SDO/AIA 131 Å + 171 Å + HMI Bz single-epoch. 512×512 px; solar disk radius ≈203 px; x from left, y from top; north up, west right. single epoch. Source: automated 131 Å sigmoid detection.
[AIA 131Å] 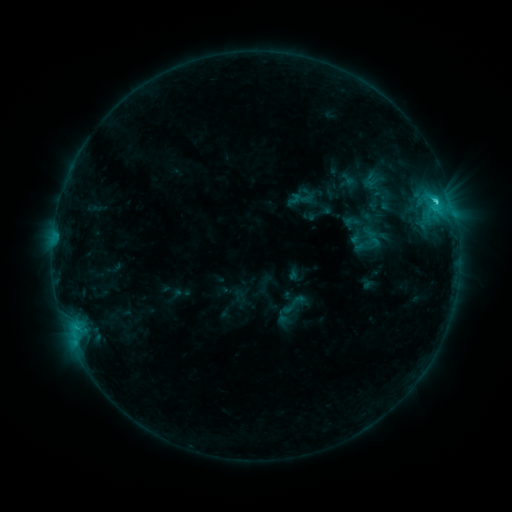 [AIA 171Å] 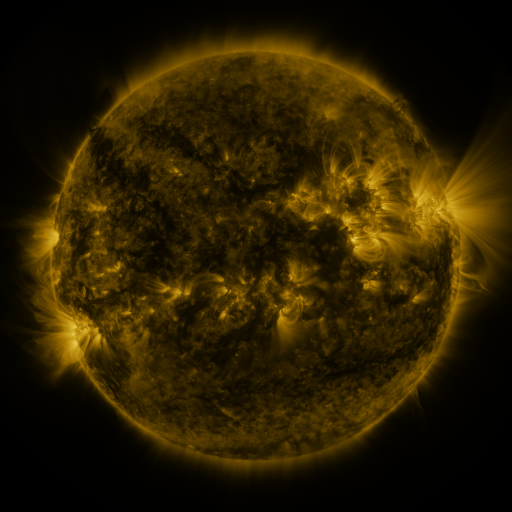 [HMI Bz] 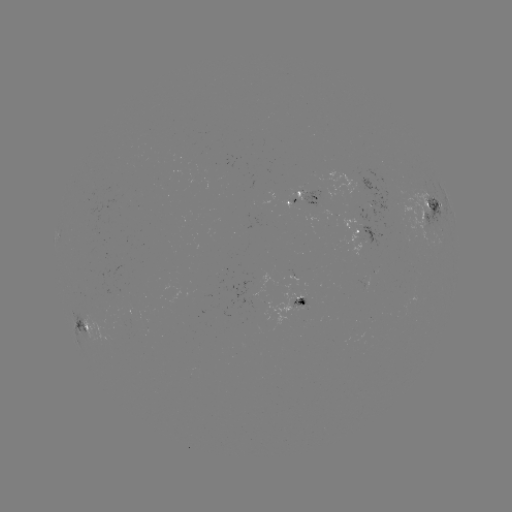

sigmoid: (279, 291, 306, 317)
